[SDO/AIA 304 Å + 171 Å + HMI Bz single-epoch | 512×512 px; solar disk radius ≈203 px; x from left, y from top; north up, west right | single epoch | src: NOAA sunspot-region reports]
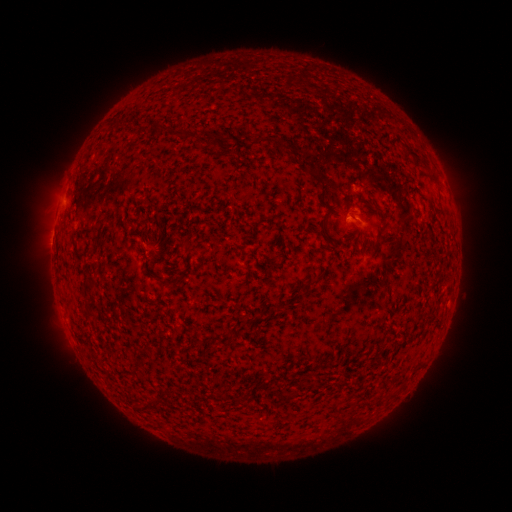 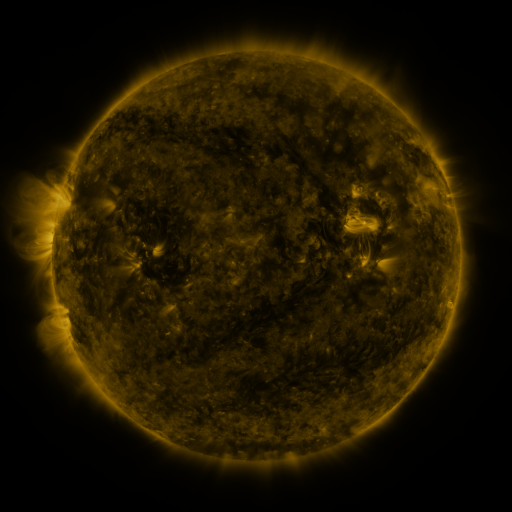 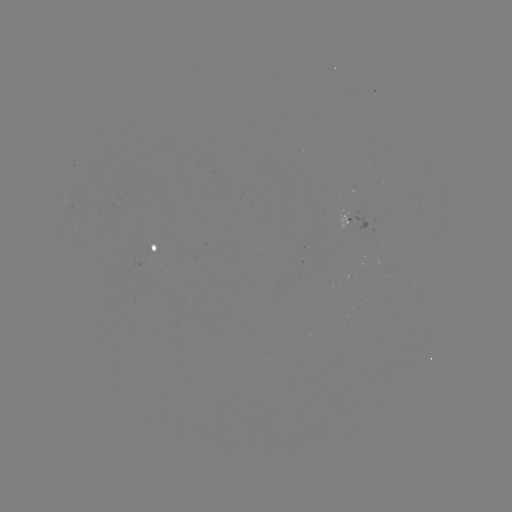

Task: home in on spotted active region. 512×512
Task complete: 154,248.